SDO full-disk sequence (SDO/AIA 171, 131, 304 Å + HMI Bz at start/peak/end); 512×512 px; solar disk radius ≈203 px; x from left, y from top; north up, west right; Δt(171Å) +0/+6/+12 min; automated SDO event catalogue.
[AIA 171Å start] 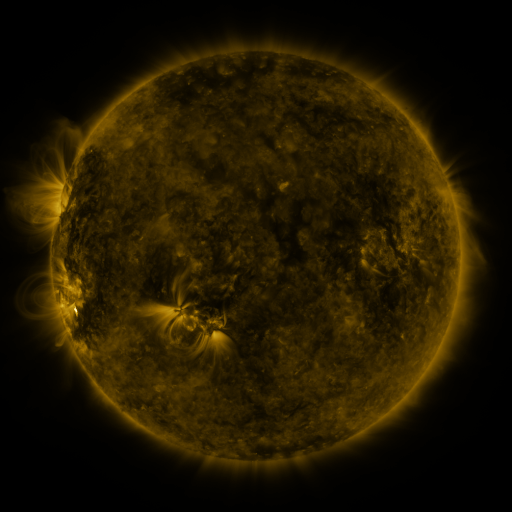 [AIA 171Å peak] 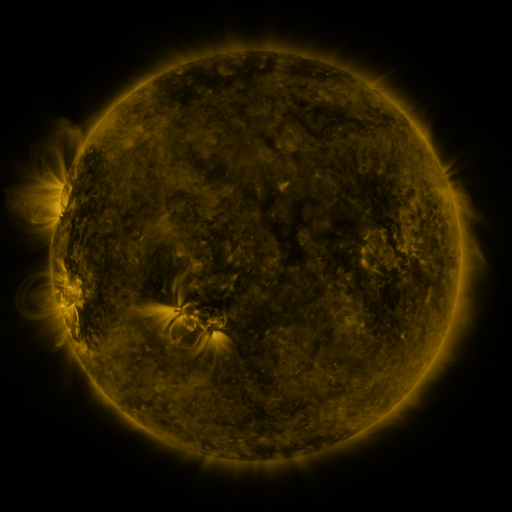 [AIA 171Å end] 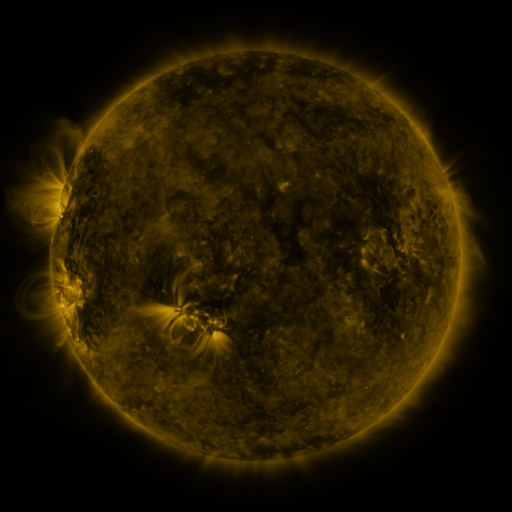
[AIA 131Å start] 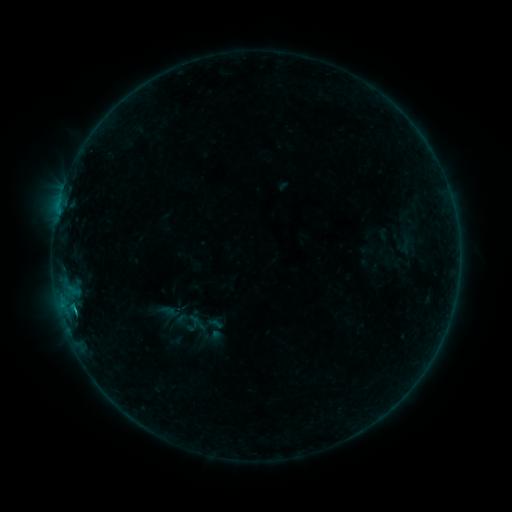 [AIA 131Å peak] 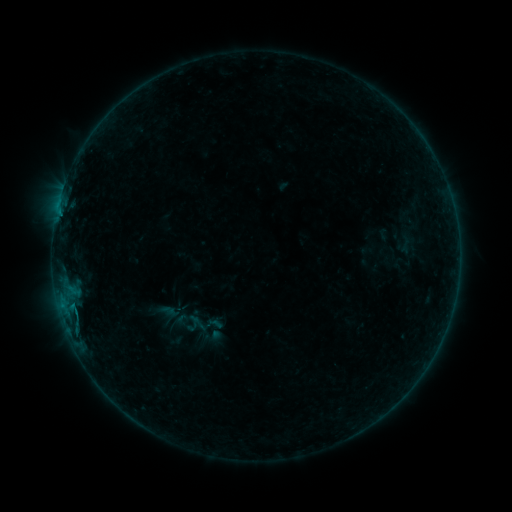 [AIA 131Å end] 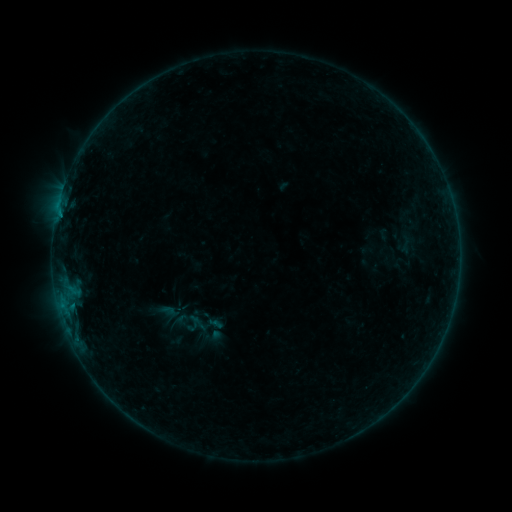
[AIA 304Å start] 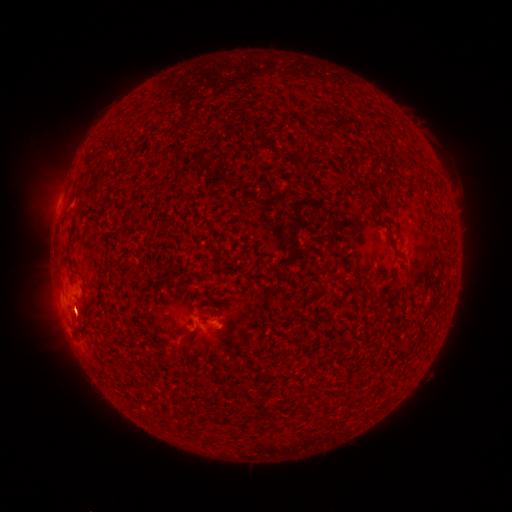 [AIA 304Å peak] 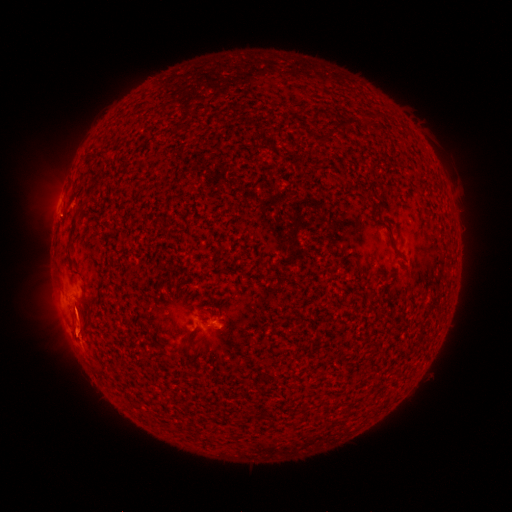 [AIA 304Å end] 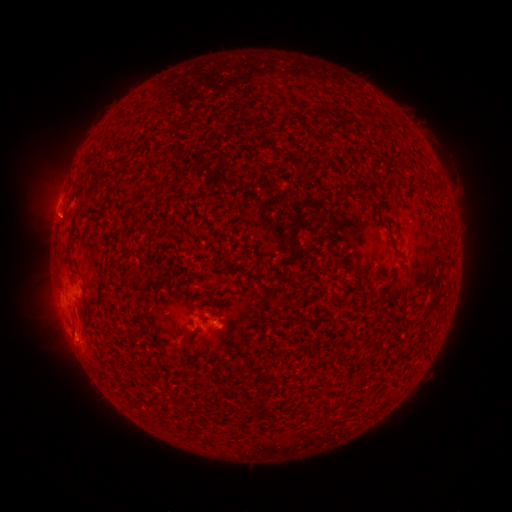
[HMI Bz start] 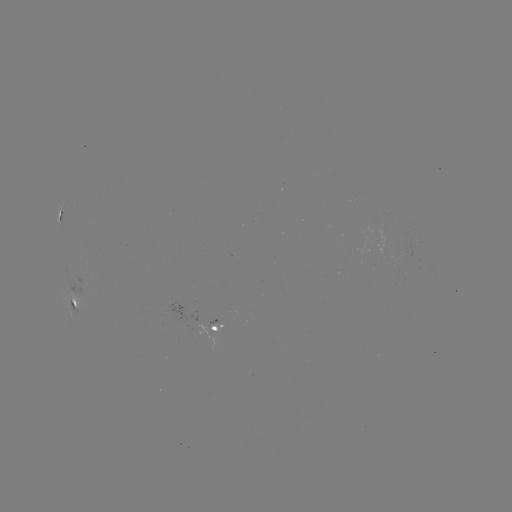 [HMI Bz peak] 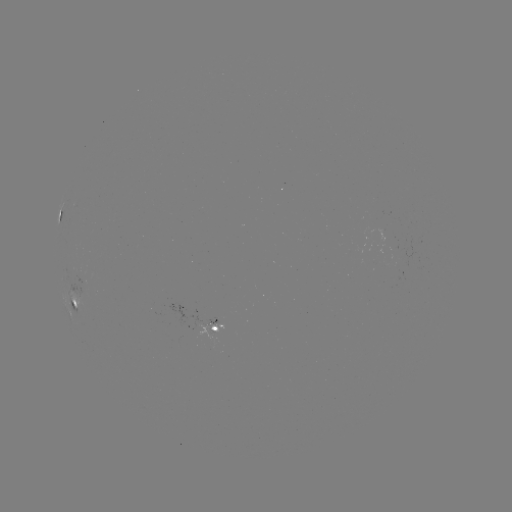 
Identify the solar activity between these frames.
eruption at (76, 325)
